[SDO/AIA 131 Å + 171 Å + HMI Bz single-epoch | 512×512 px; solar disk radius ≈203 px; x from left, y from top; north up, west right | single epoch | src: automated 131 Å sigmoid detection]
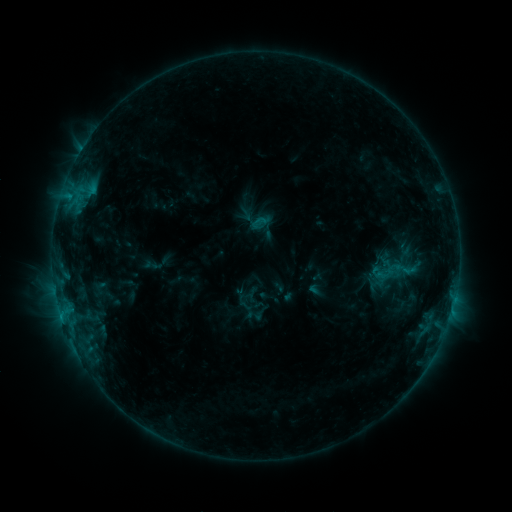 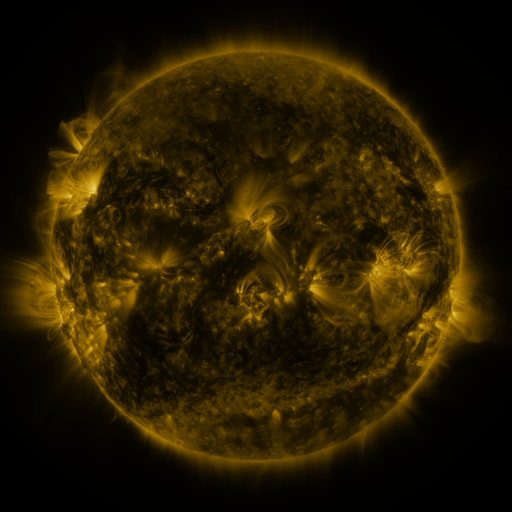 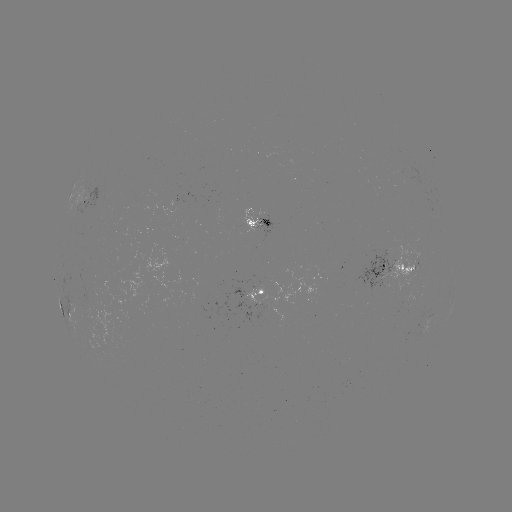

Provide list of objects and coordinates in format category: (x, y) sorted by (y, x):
sigmoid: (405, 269)
